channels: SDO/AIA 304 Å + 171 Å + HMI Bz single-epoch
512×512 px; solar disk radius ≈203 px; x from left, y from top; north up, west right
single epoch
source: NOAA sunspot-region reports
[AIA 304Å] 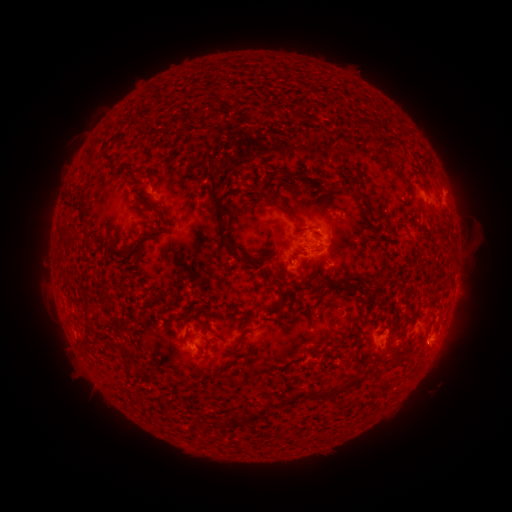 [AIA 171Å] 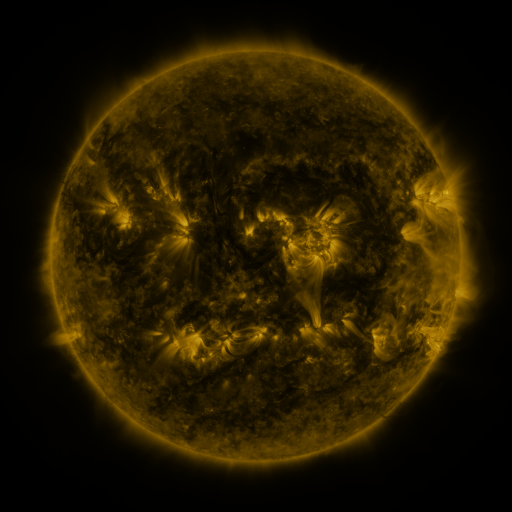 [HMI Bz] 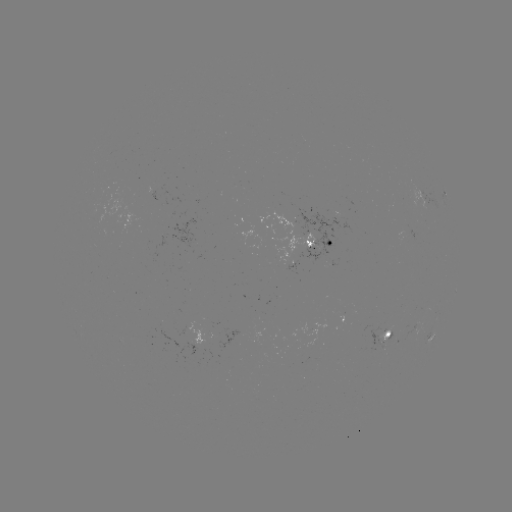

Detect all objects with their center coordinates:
spotted active region: (445, 194)
spotted active region: (318, 243)
spotted active region: (390, 335)
spotted active region: (434, 336)
